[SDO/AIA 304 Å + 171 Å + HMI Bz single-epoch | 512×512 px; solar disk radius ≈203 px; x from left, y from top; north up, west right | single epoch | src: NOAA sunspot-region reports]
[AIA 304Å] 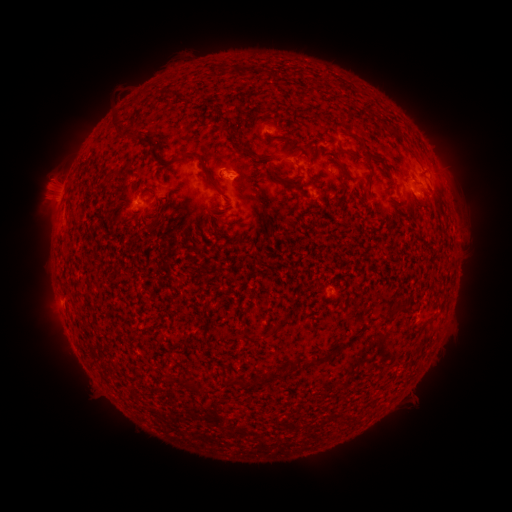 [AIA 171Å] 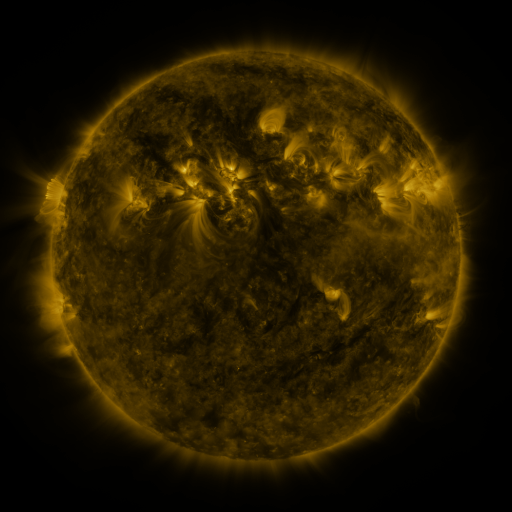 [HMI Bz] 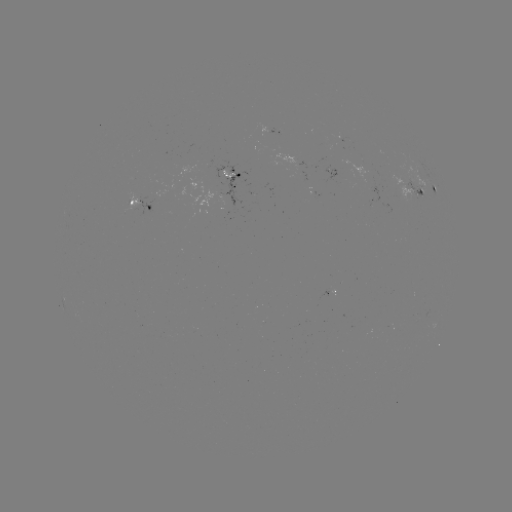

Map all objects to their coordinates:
spotted active region: (270, 129)
spotted active region: (229, 175)
spotted active region: (435, 189)
spotted active region: (419, 190)
spotted active region: (138, 204)
spotted active region: (334, 287)
